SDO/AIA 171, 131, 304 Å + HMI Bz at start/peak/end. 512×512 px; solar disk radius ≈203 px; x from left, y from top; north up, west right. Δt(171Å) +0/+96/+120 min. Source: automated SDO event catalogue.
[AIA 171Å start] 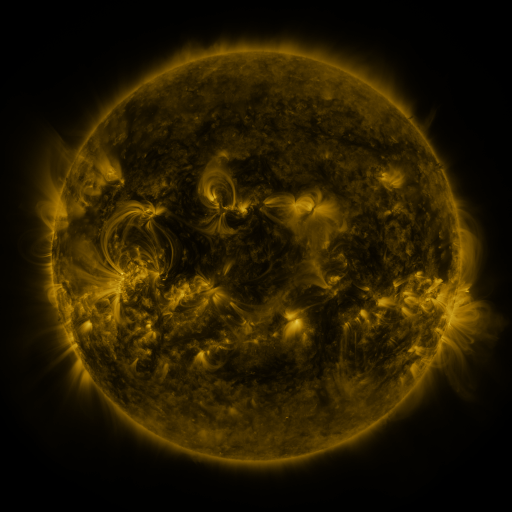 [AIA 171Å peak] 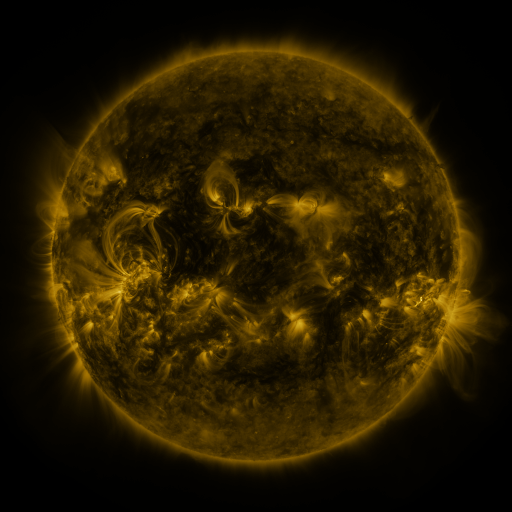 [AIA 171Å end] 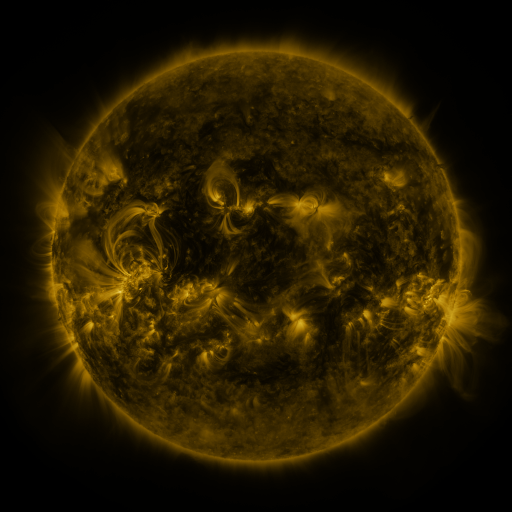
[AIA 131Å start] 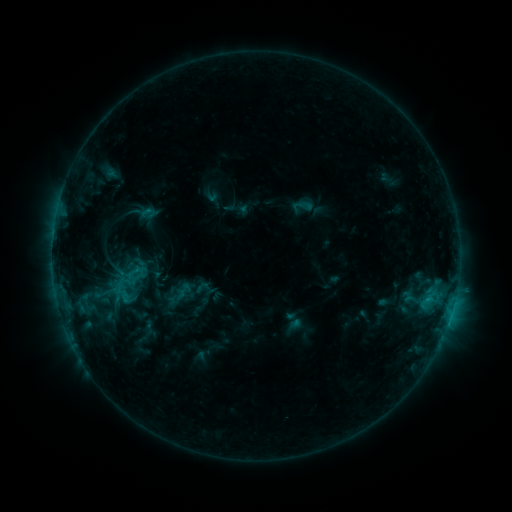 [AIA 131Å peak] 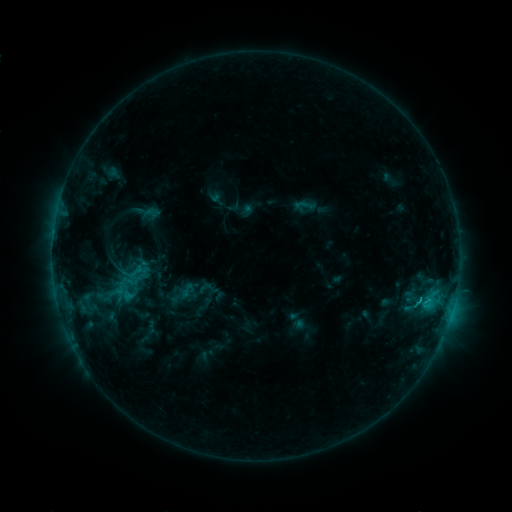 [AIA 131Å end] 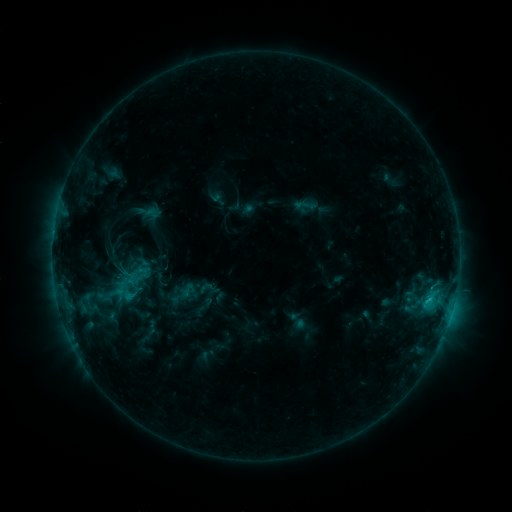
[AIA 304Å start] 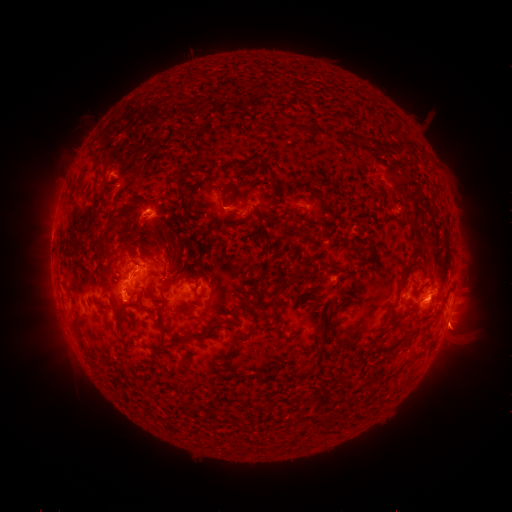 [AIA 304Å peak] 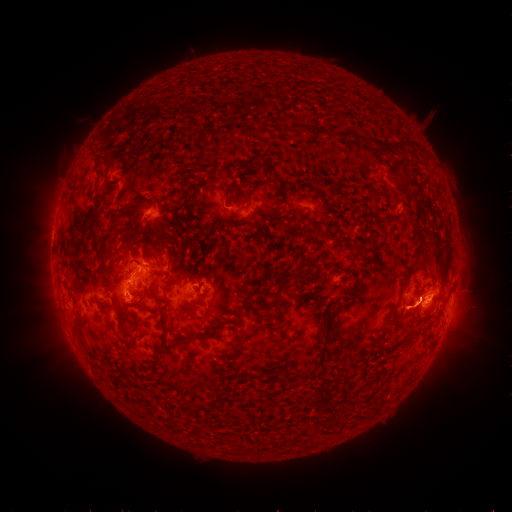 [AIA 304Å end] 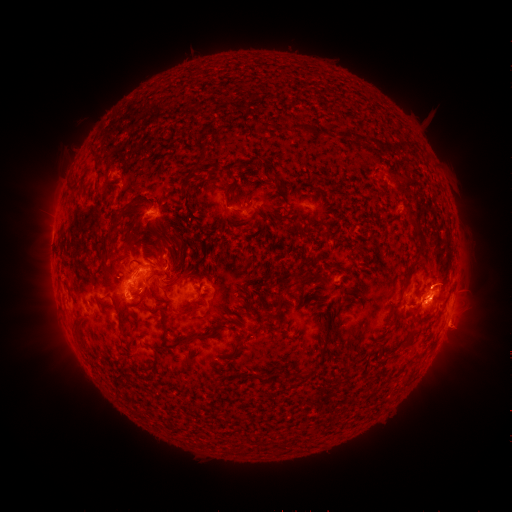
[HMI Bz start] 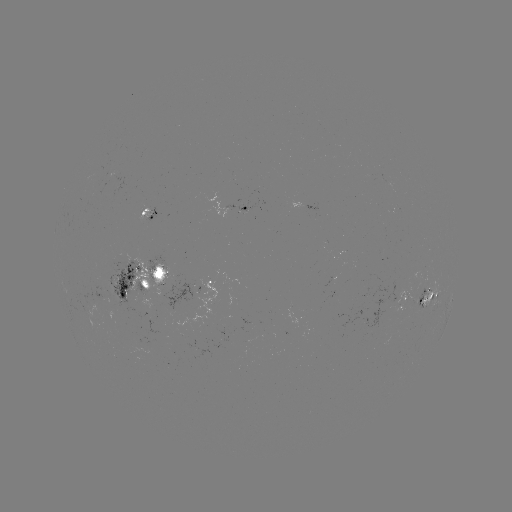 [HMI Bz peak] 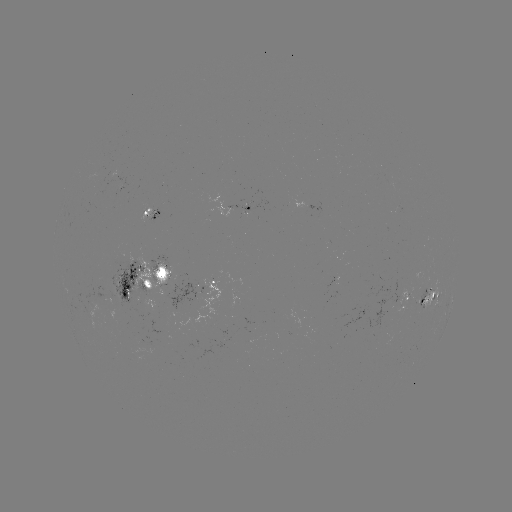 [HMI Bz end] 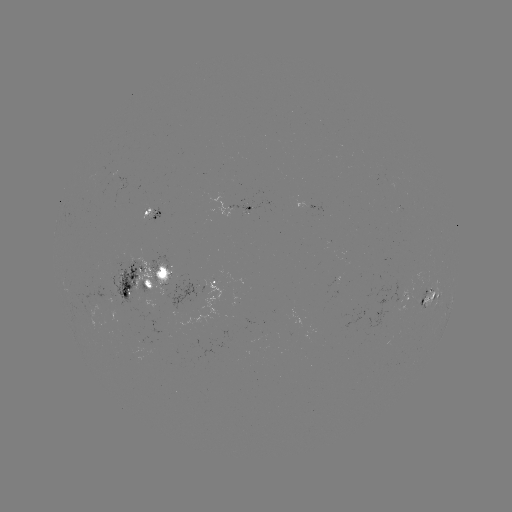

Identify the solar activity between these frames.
emerging-flux region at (422, 291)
